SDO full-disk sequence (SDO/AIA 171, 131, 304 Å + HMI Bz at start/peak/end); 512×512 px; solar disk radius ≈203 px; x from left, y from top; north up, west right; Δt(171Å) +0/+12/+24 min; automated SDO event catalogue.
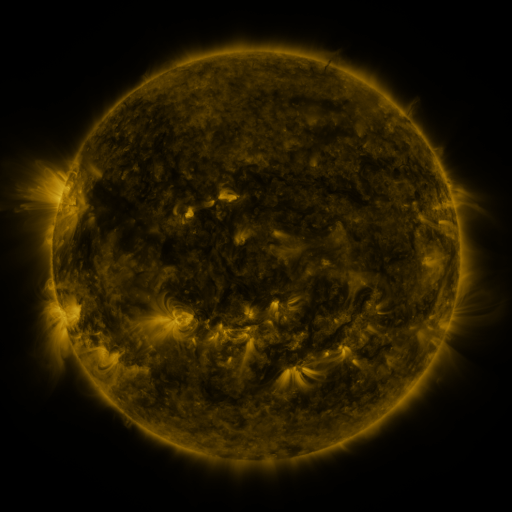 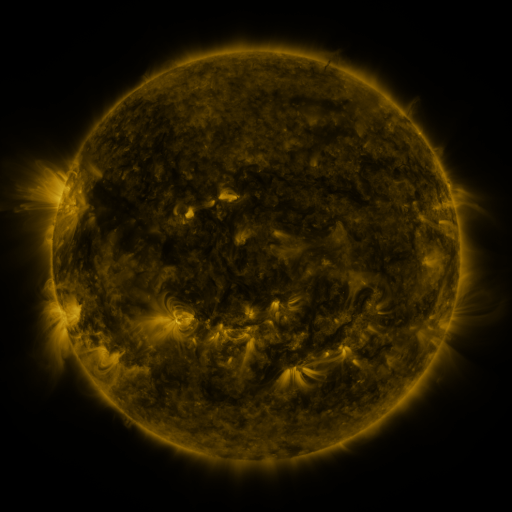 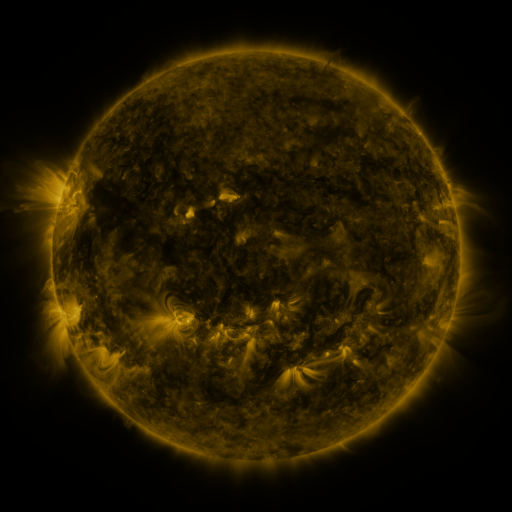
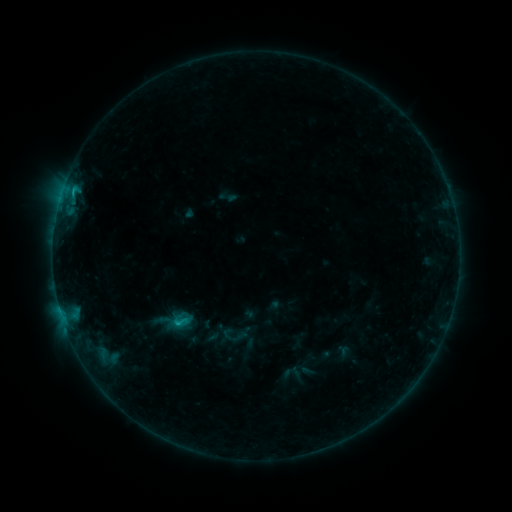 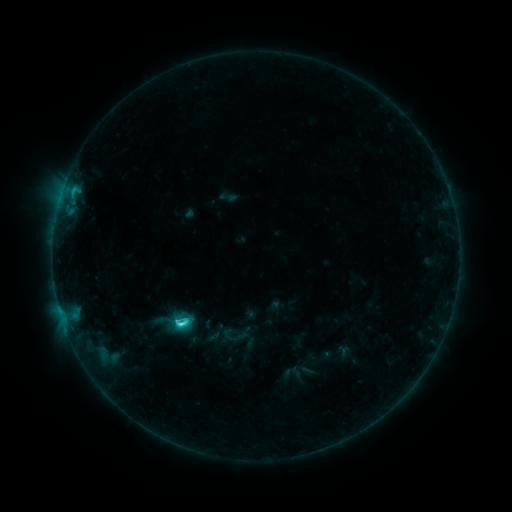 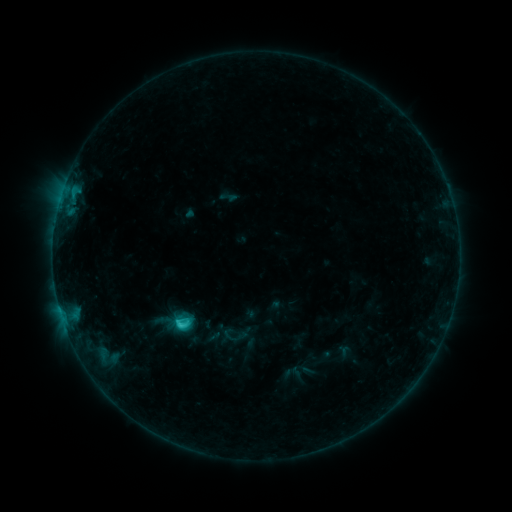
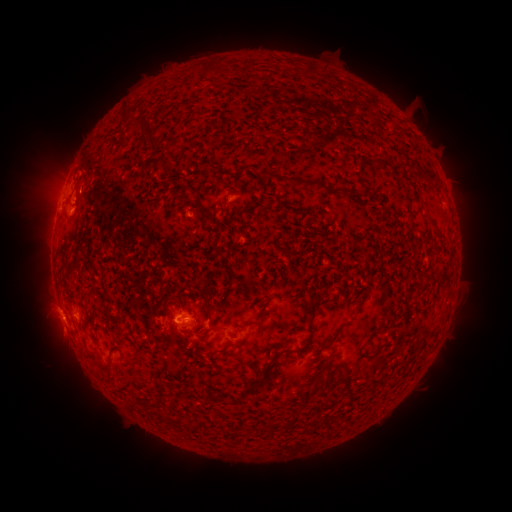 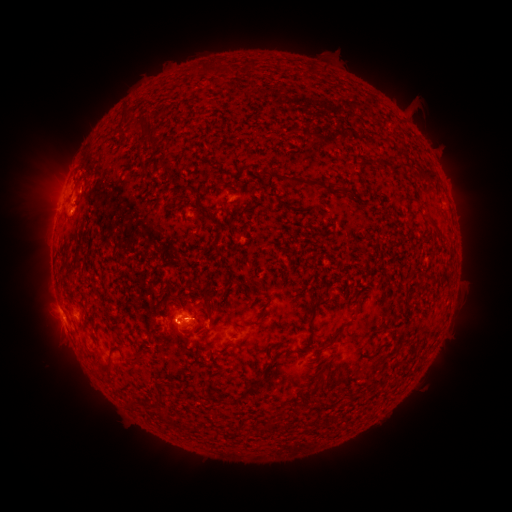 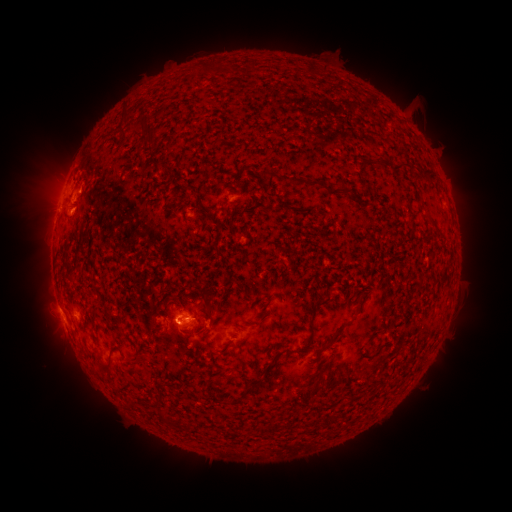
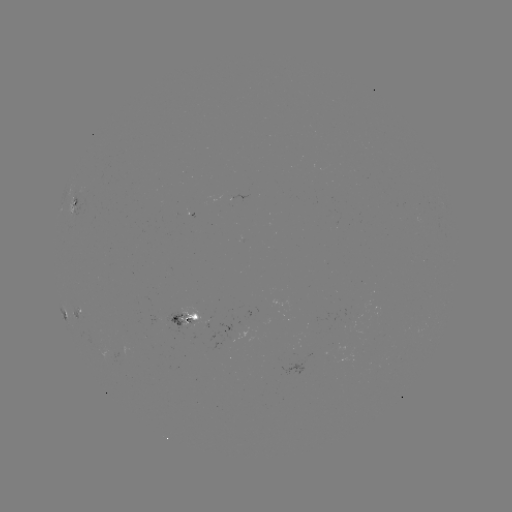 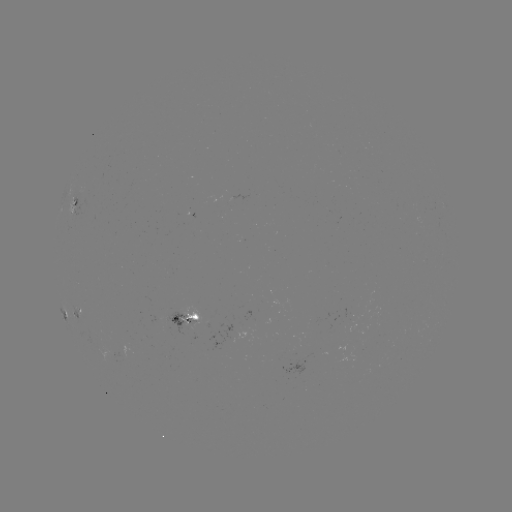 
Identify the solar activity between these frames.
C3.2 flare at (182, 323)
